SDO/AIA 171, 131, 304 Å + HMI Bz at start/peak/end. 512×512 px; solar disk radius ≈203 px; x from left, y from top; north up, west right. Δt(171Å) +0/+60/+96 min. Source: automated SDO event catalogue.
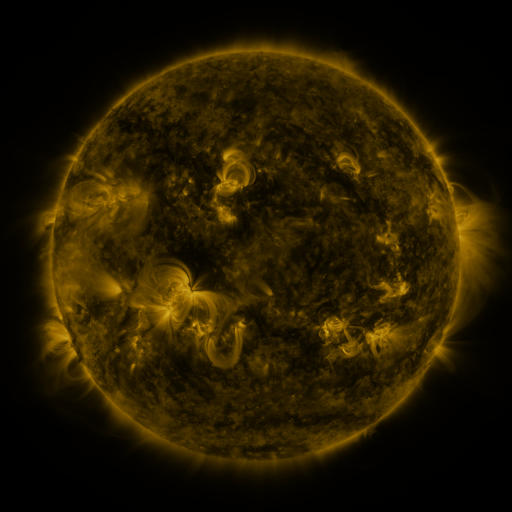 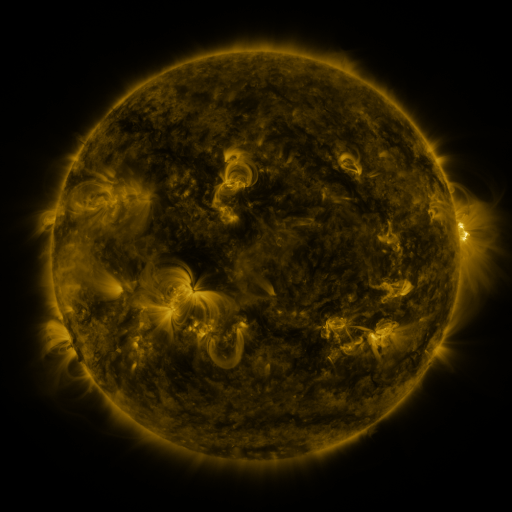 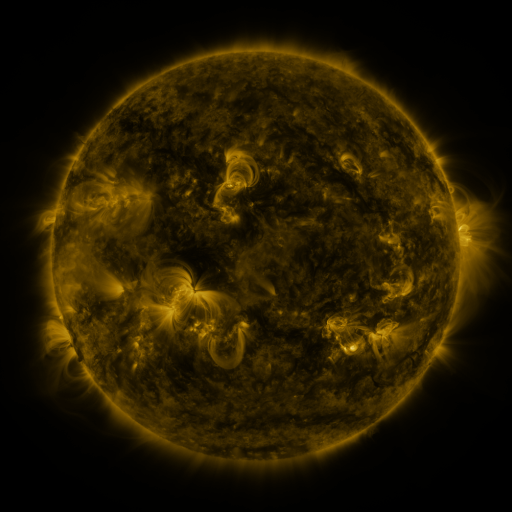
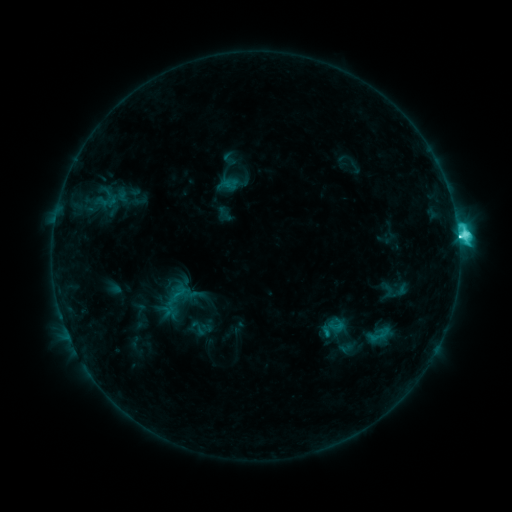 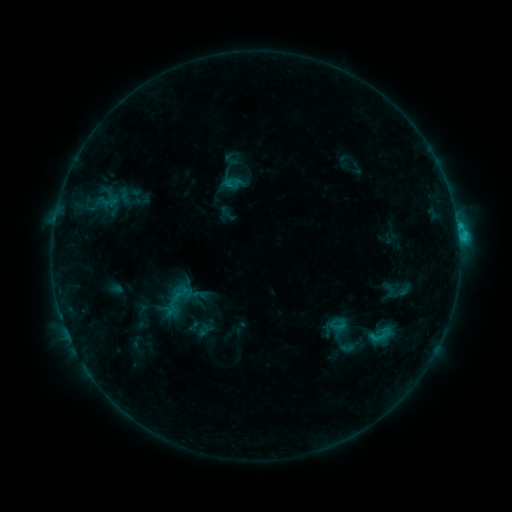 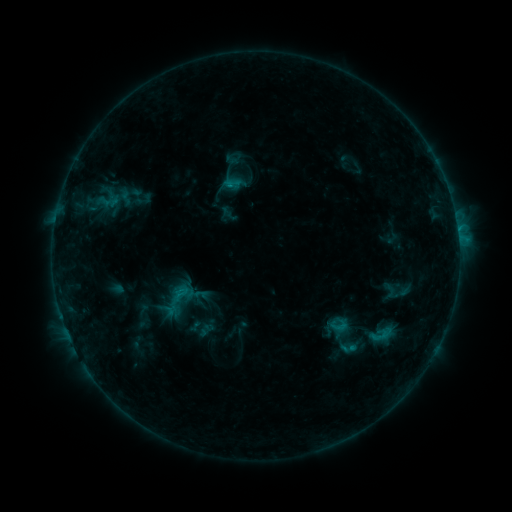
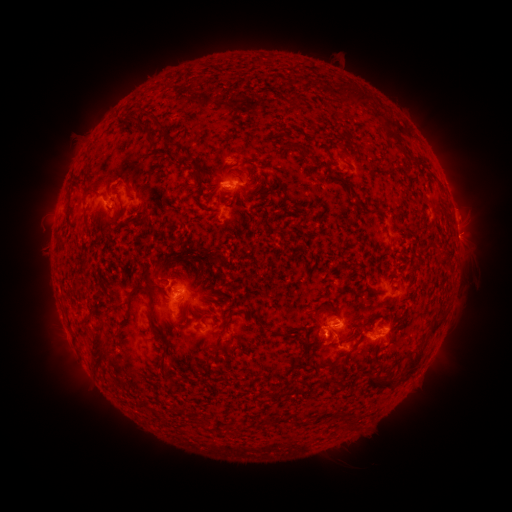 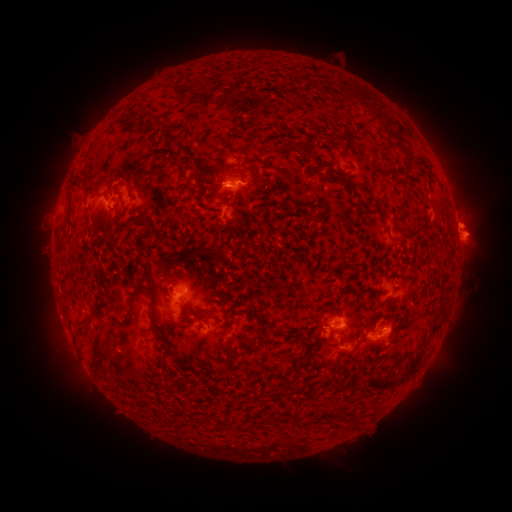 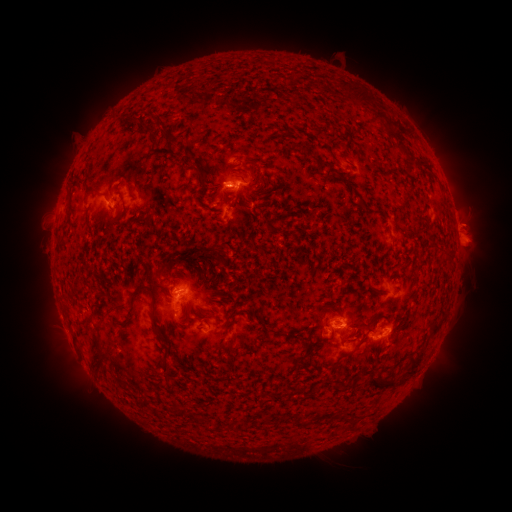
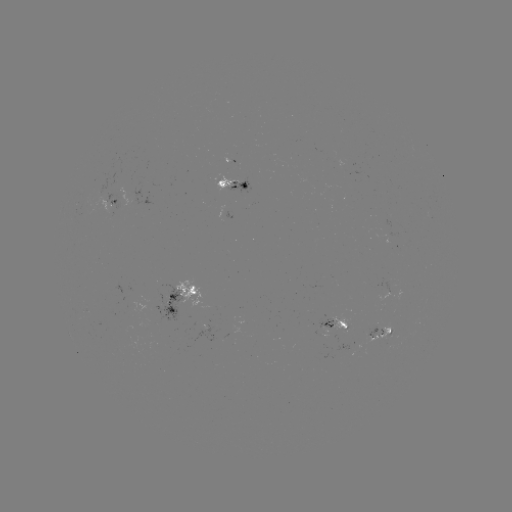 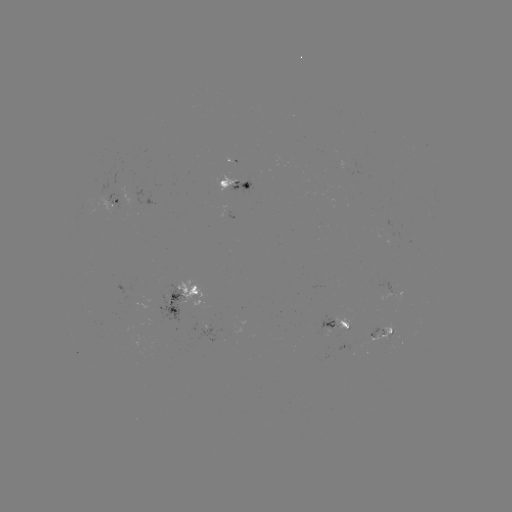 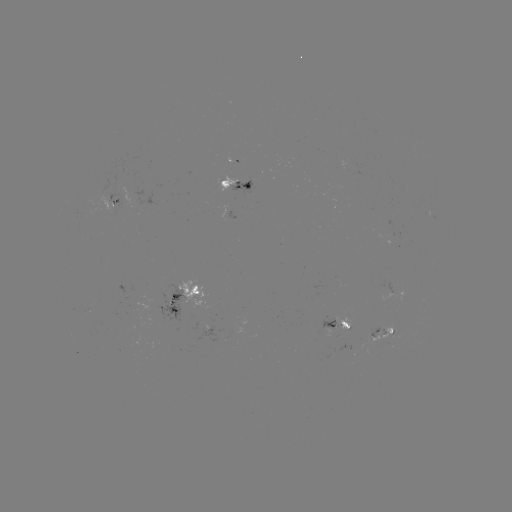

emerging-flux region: <bbox>226, 176, 251, 196</bbox>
